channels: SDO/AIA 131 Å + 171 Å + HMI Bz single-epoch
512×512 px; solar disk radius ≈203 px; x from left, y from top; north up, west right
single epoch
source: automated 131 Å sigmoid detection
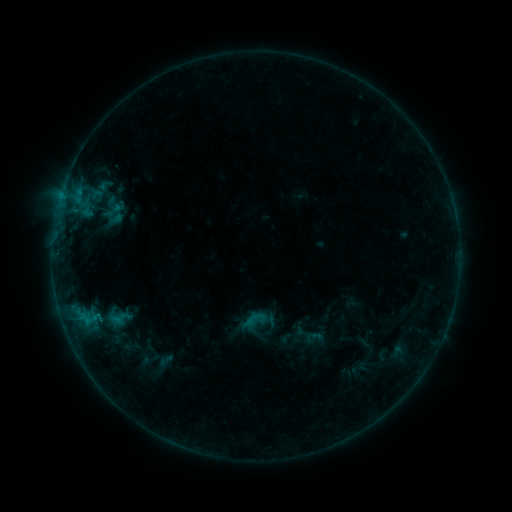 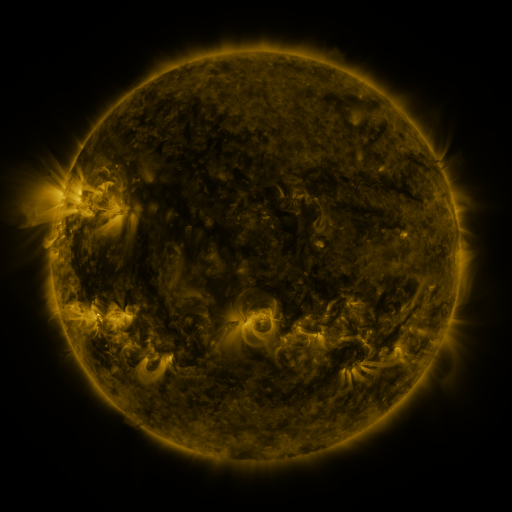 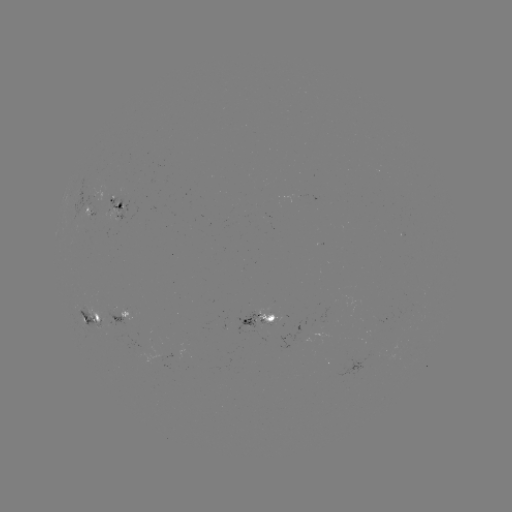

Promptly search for sigmoid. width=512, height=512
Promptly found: [255, 320].